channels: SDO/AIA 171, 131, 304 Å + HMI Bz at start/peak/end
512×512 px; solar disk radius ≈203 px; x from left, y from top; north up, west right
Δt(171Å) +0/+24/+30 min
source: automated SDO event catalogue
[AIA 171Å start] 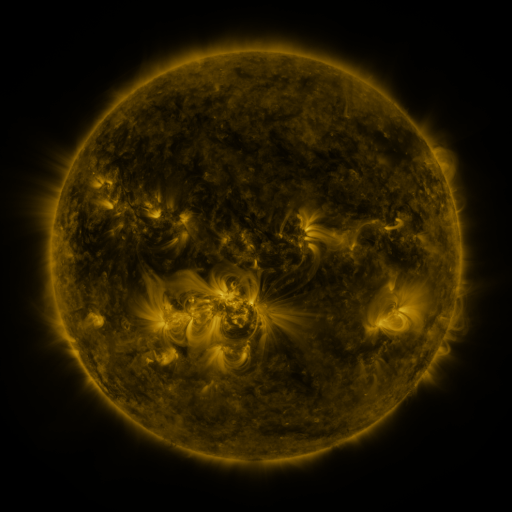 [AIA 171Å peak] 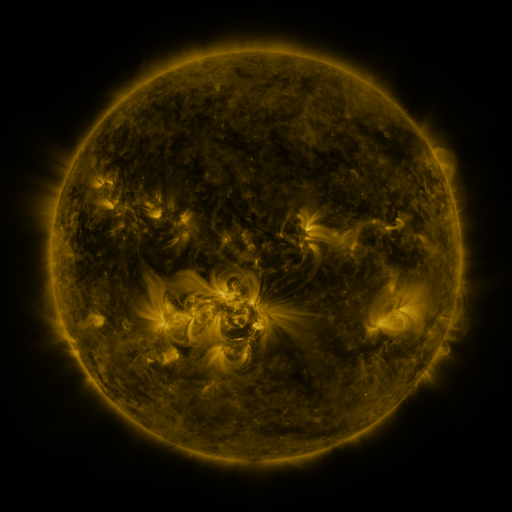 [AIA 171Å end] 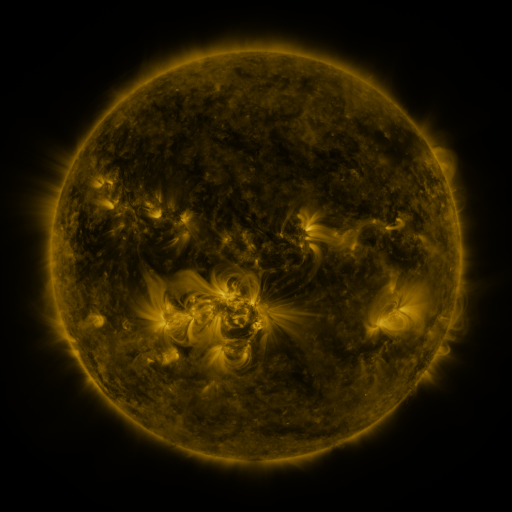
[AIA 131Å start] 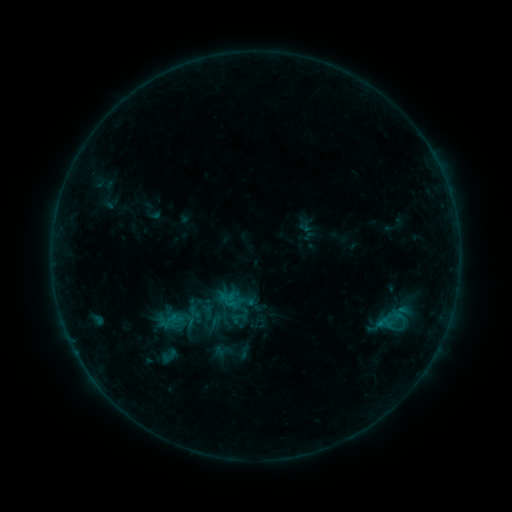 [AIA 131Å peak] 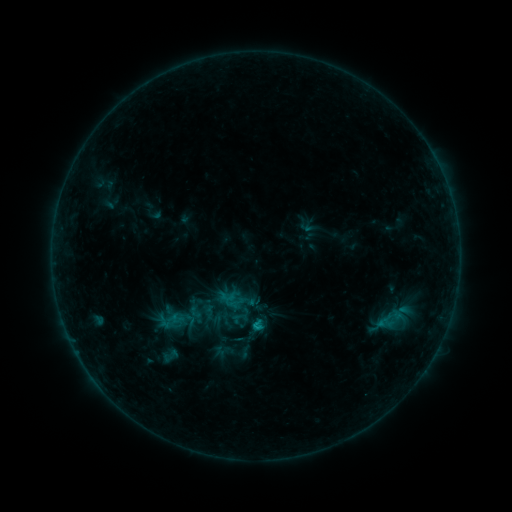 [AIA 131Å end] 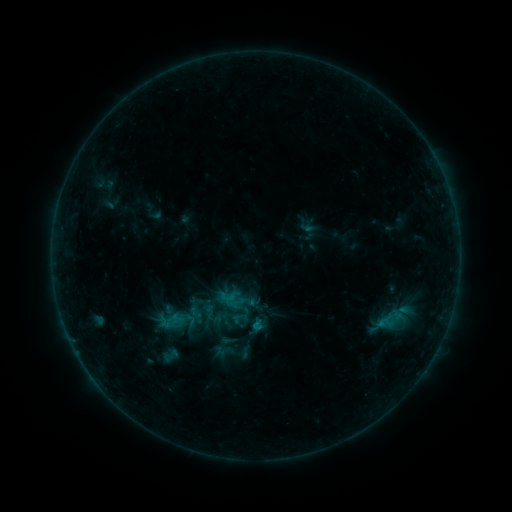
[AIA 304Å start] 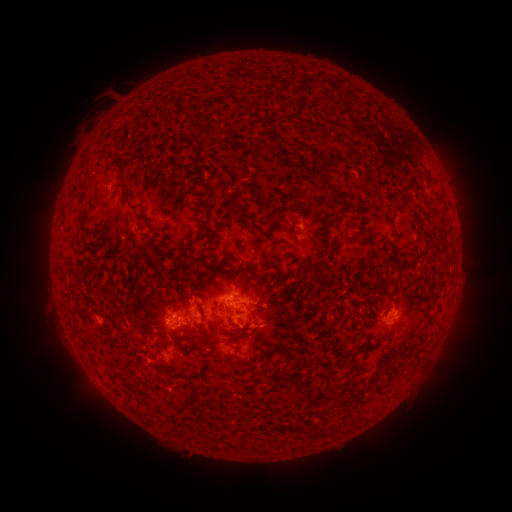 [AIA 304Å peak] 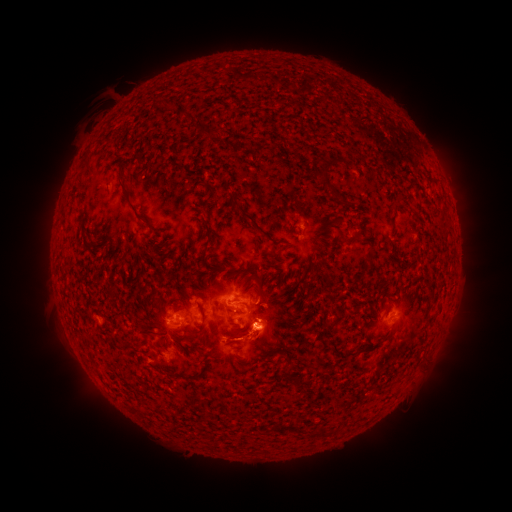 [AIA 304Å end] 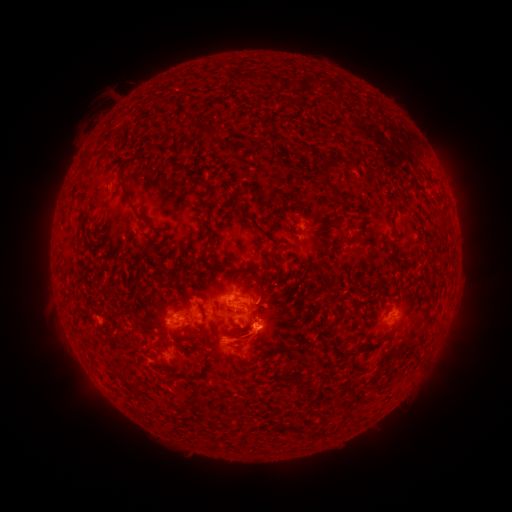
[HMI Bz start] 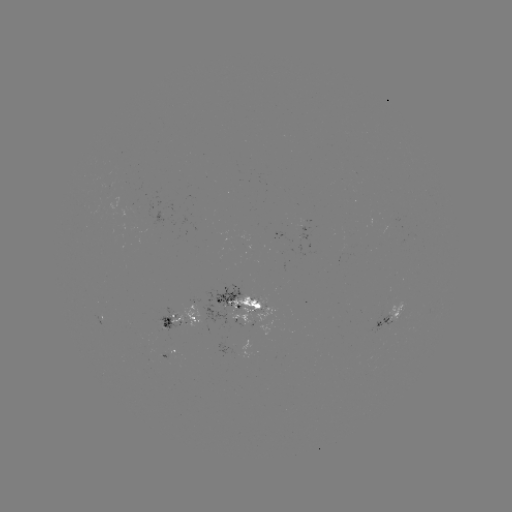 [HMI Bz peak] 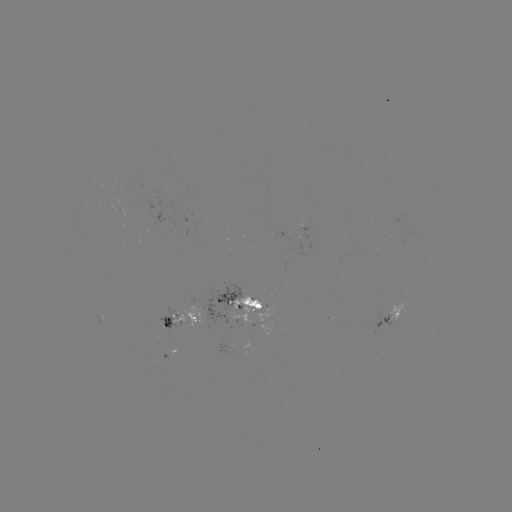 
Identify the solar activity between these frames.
B8.3 flare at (256, 324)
